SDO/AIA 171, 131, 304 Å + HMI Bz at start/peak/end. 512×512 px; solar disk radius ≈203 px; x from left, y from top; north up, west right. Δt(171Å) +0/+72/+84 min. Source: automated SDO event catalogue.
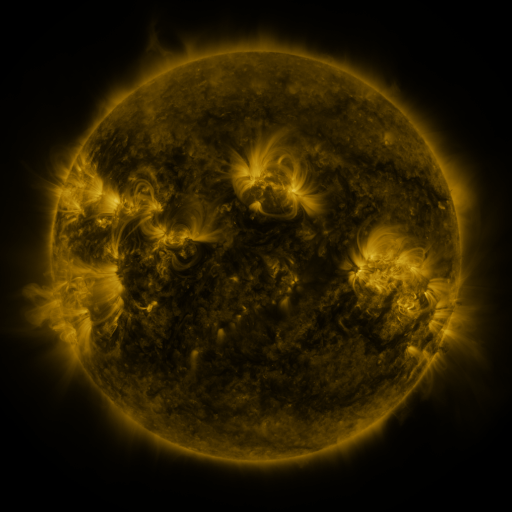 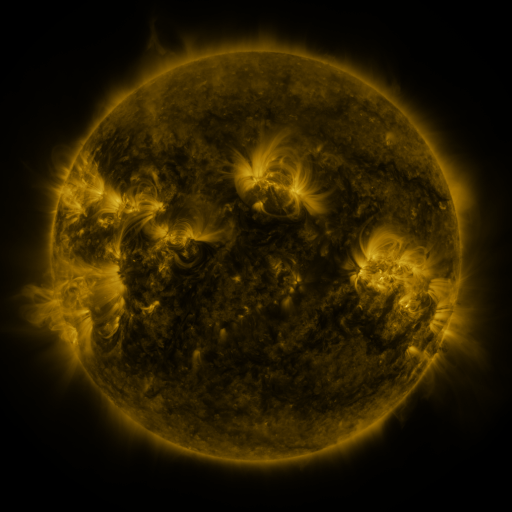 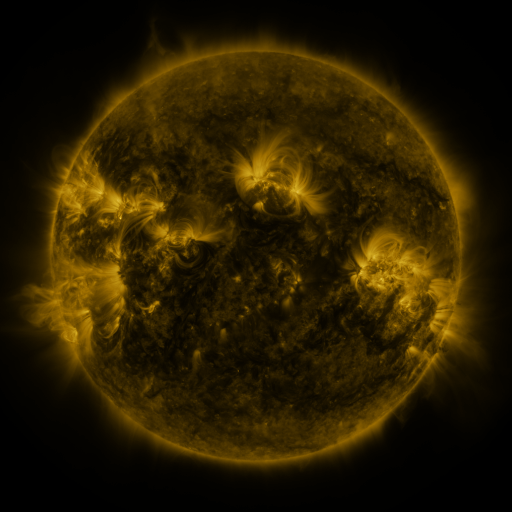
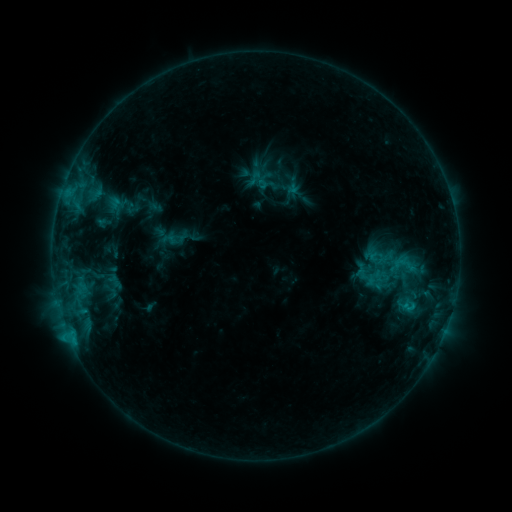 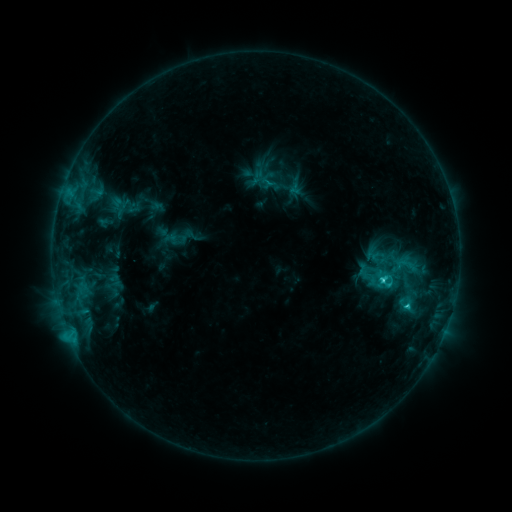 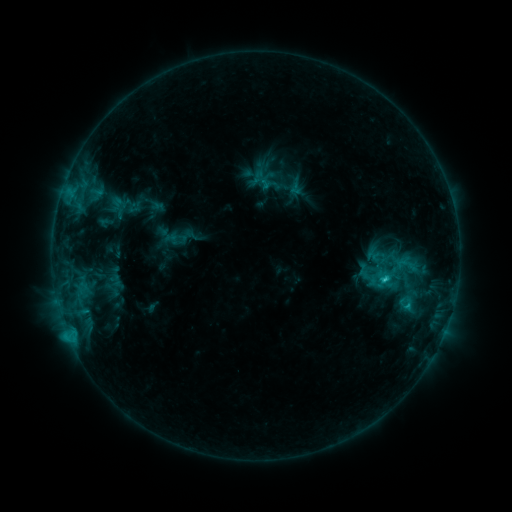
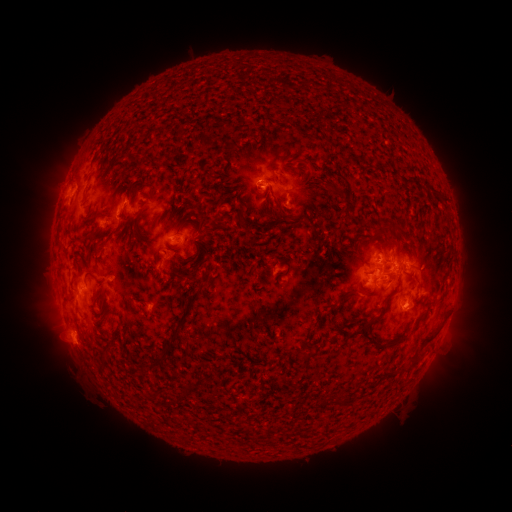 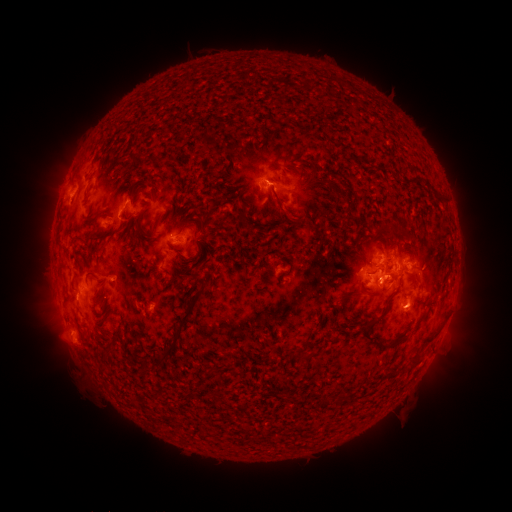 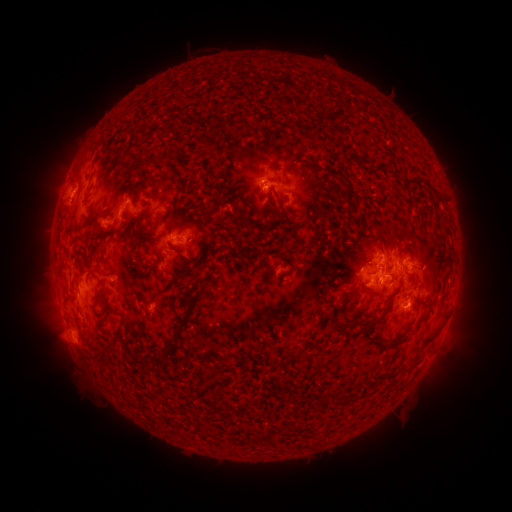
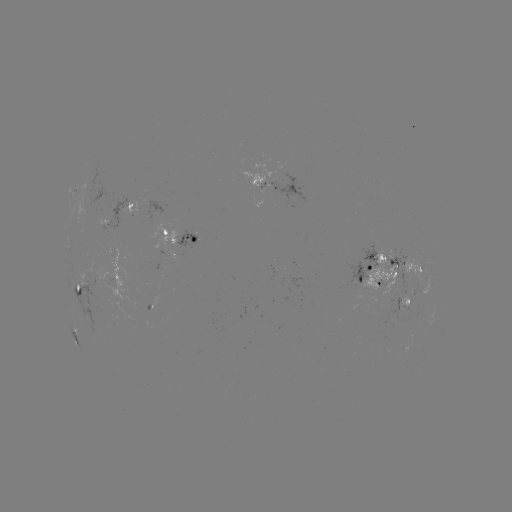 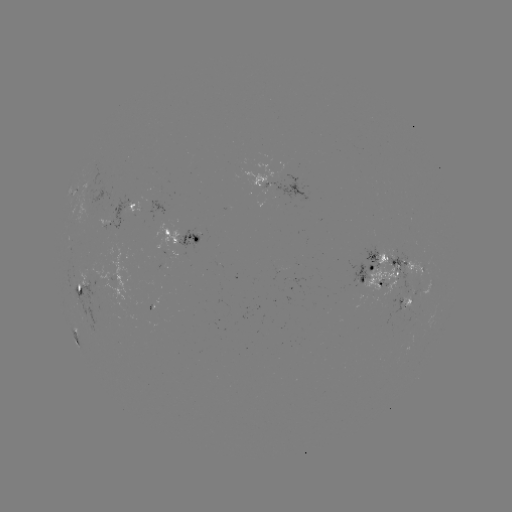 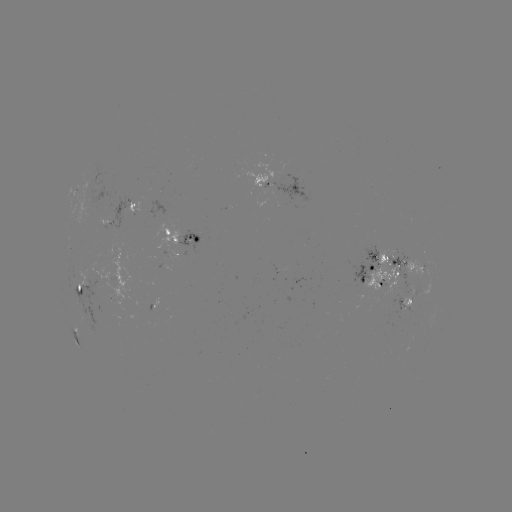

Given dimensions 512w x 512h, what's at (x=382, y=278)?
emerging-flux region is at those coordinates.